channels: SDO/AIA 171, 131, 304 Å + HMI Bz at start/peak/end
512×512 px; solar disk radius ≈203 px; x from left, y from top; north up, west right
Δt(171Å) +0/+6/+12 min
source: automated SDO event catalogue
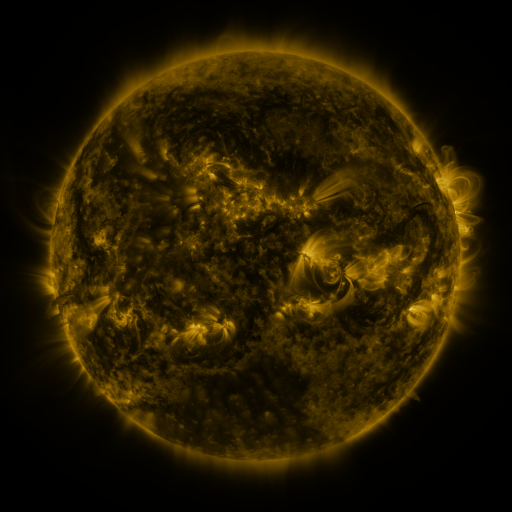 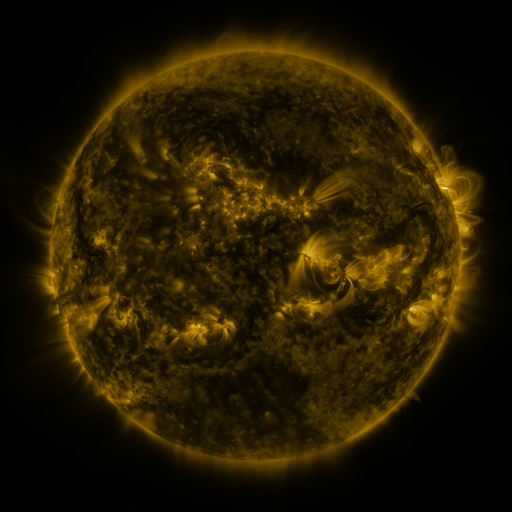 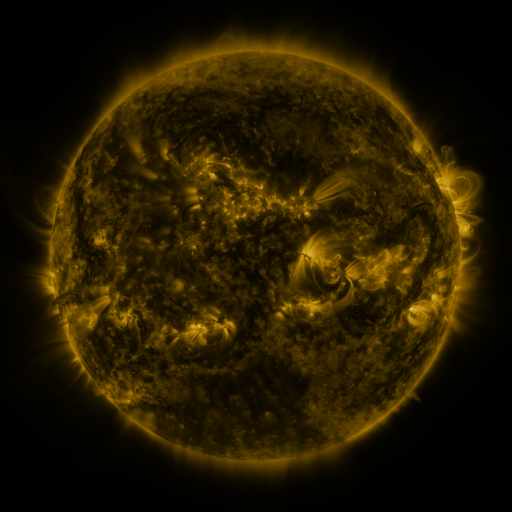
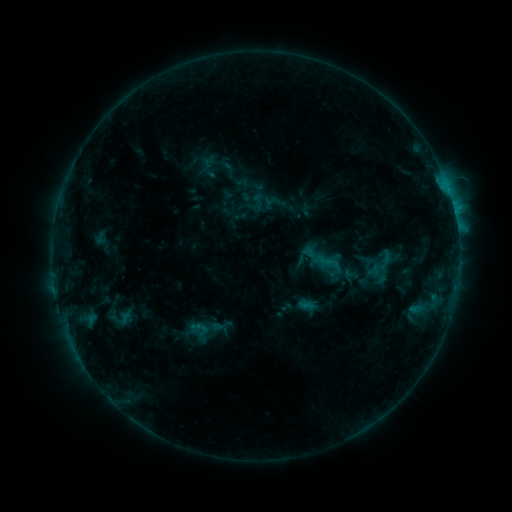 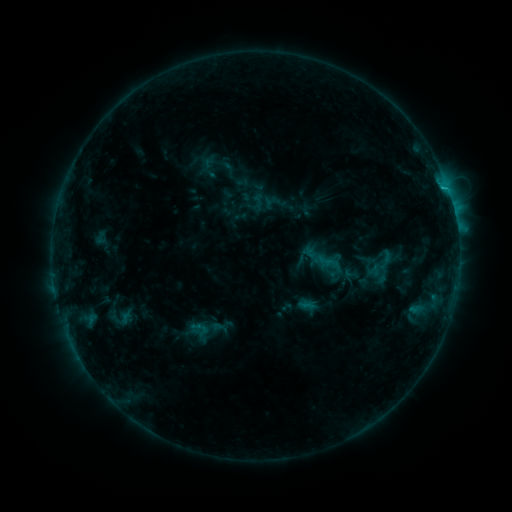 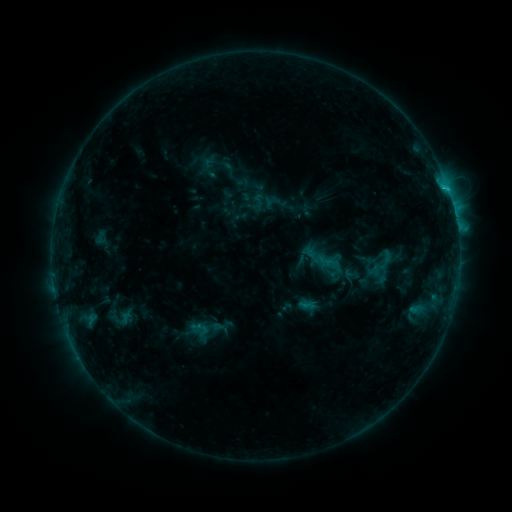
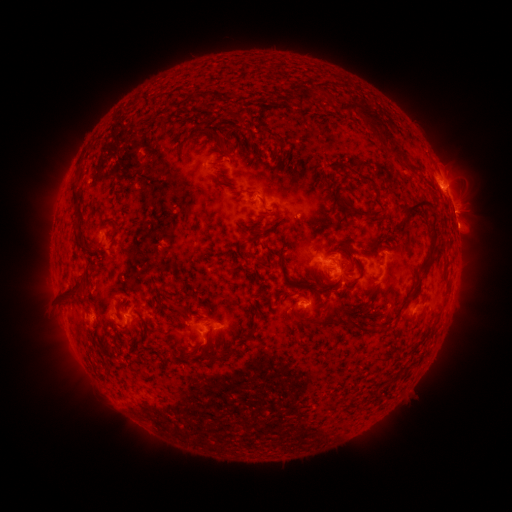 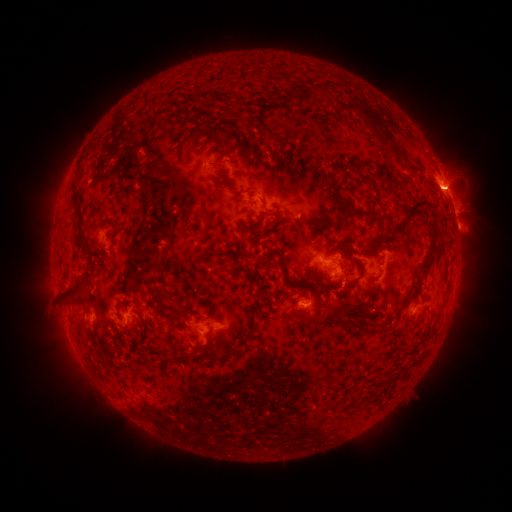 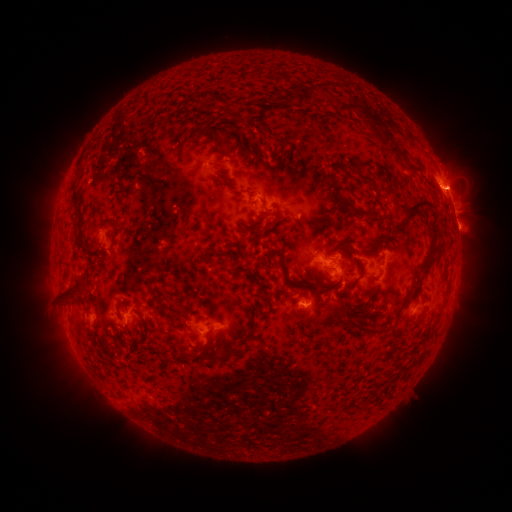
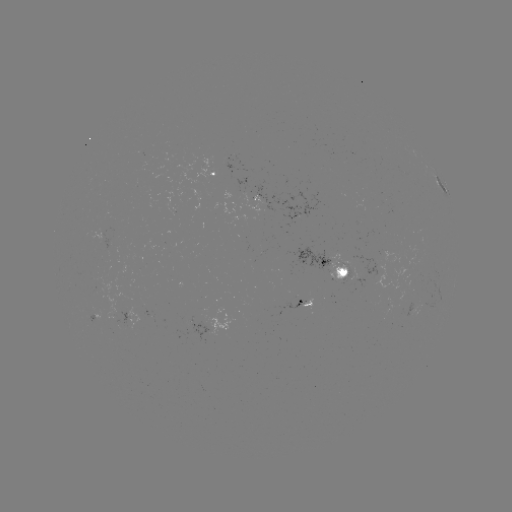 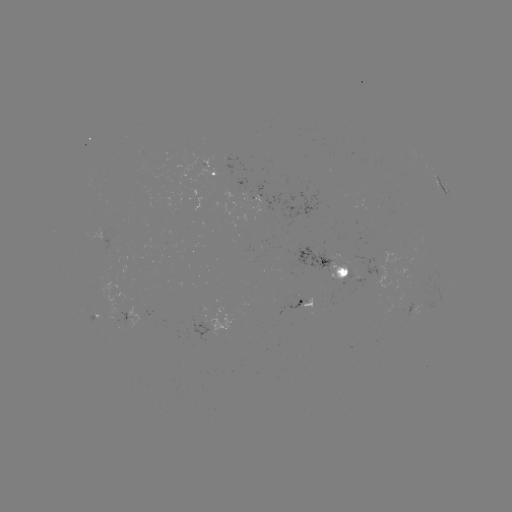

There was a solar eruption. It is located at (458, 190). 